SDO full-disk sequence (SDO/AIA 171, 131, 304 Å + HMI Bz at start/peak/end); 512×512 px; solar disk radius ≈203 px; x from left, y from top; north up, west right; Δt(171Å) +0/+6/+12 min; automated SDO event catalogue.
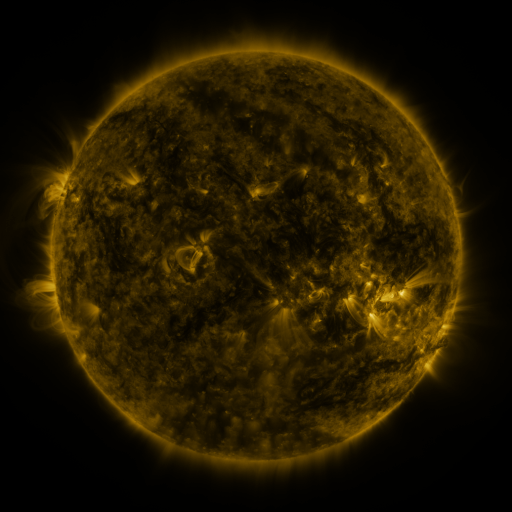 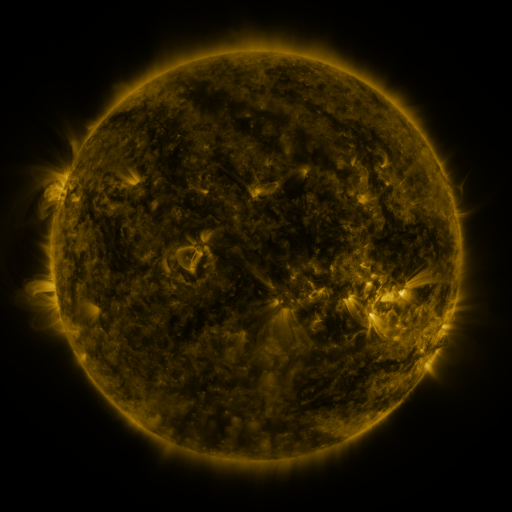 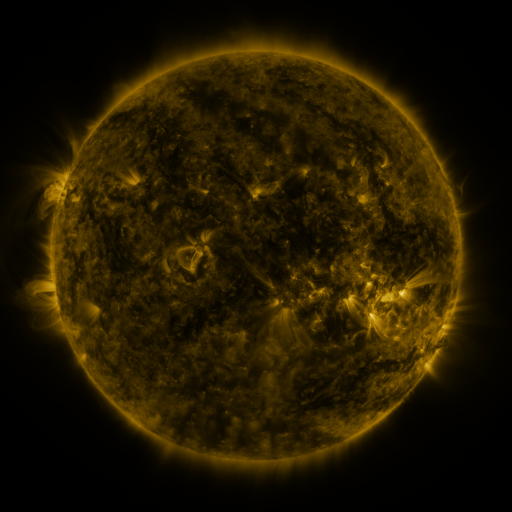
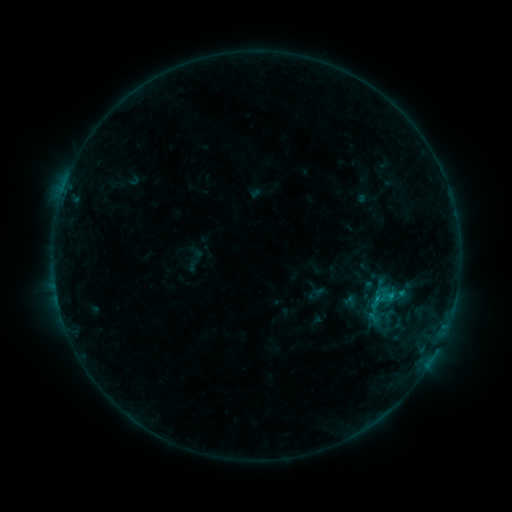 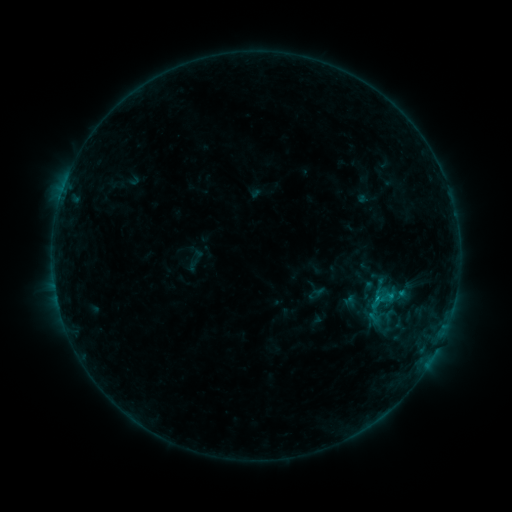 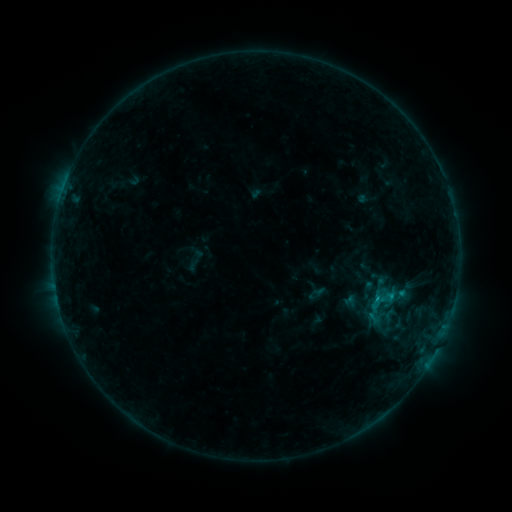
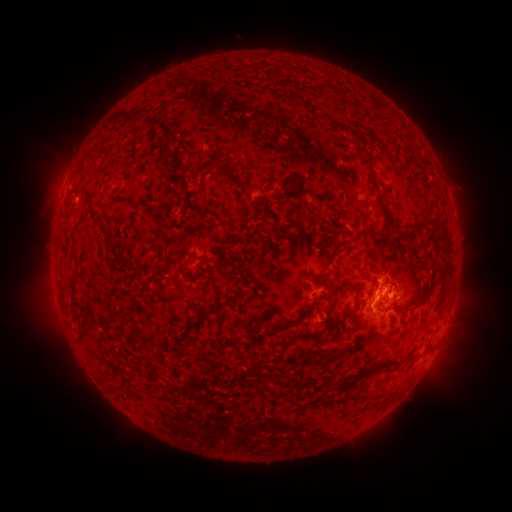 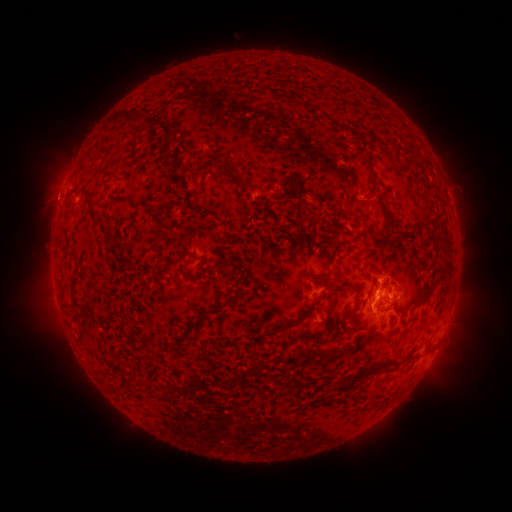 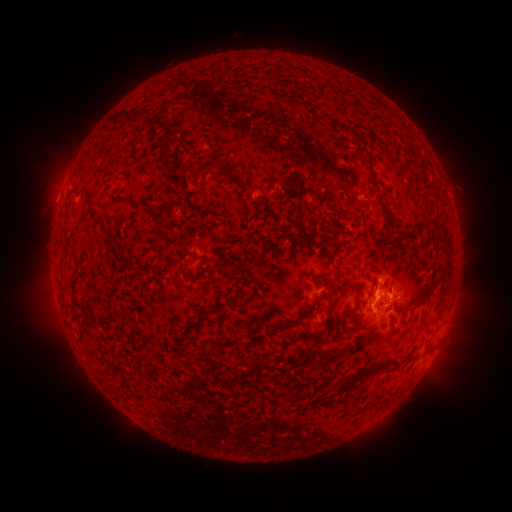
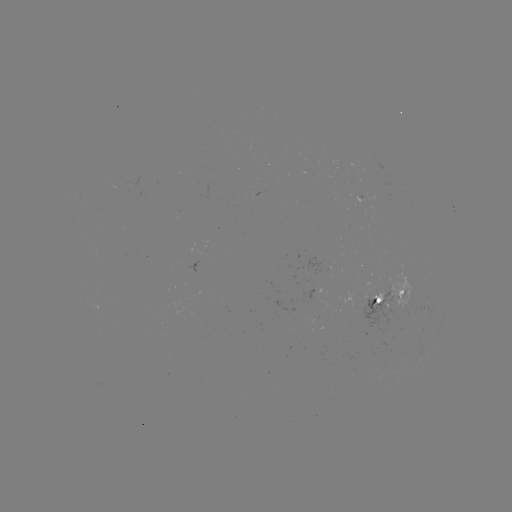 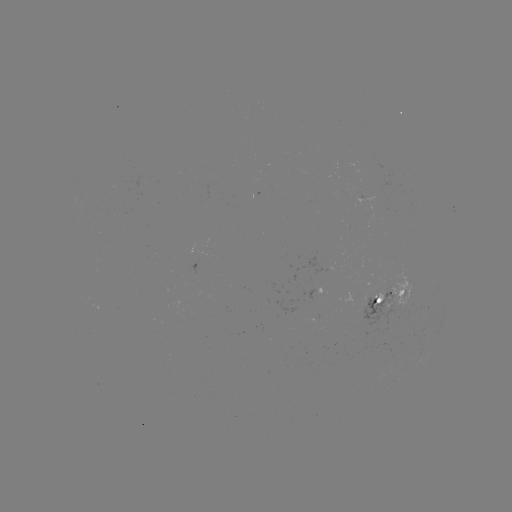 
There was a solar flare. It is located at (389, 293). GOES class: B9.6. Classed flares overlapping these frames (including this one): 1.